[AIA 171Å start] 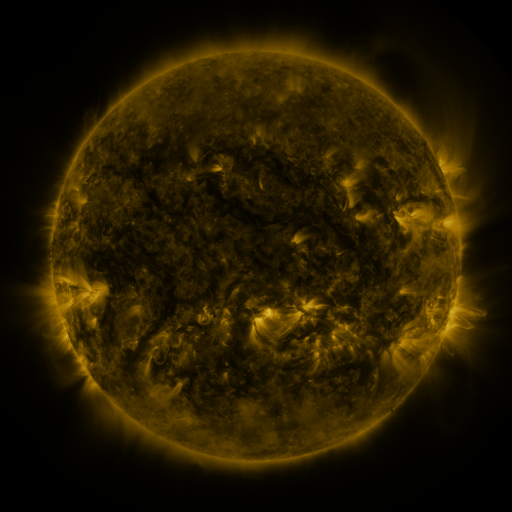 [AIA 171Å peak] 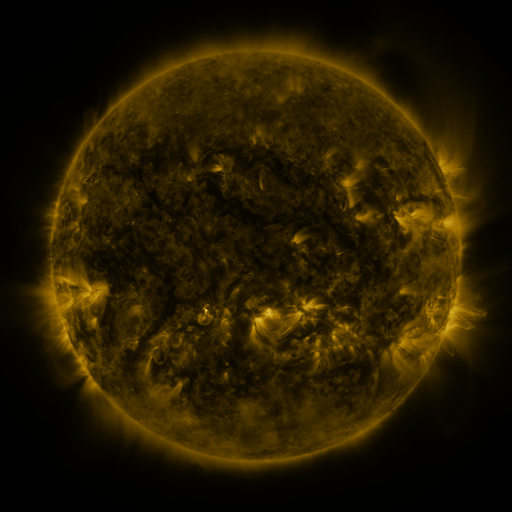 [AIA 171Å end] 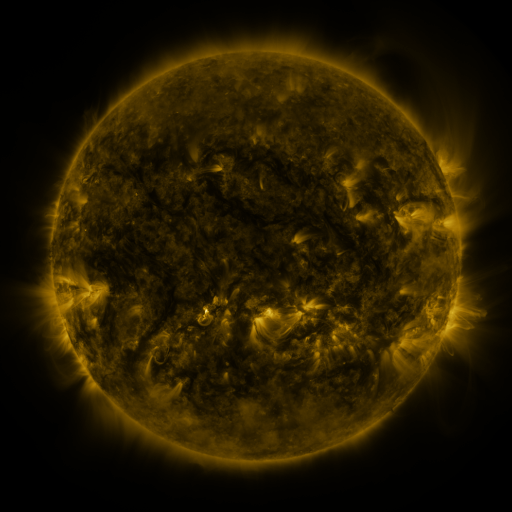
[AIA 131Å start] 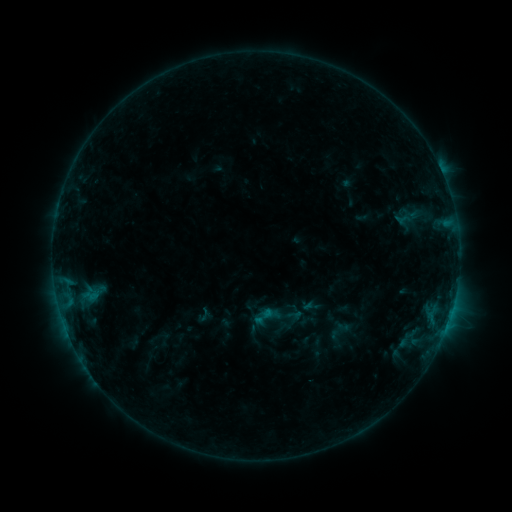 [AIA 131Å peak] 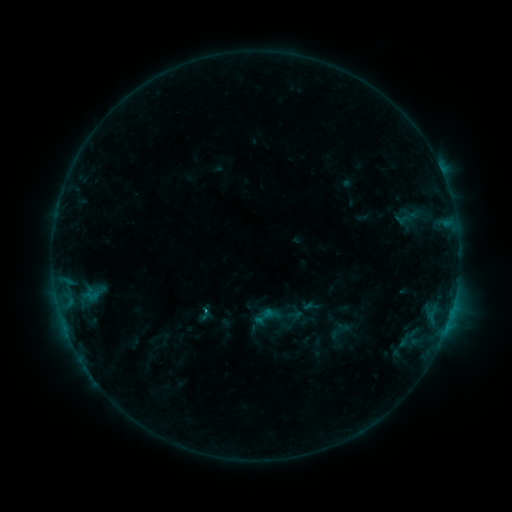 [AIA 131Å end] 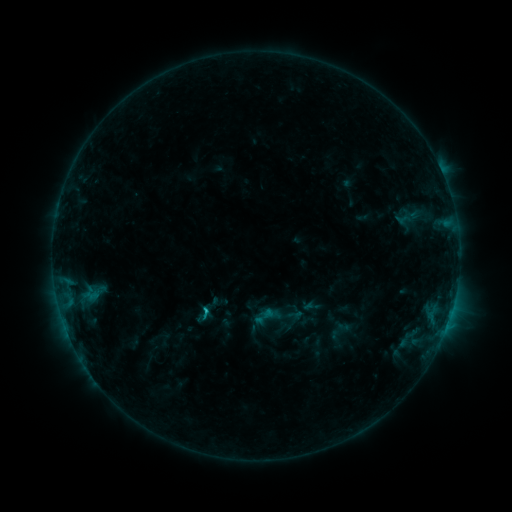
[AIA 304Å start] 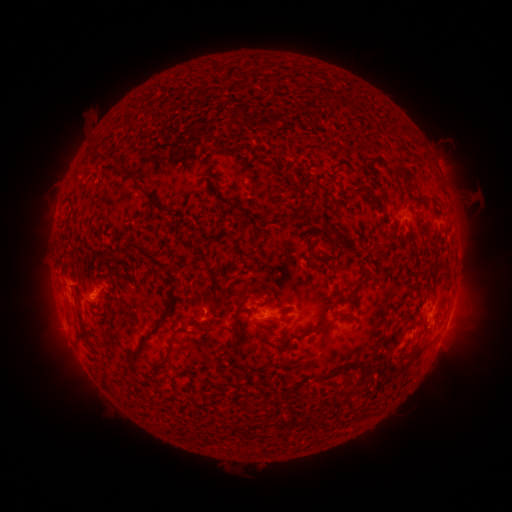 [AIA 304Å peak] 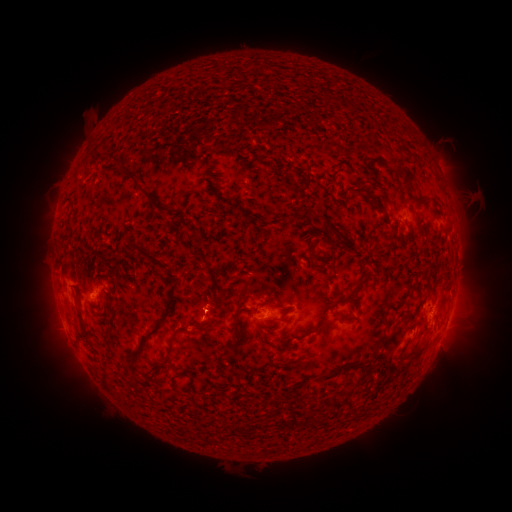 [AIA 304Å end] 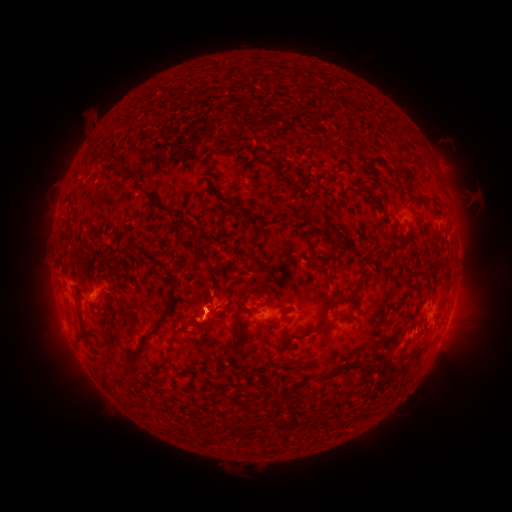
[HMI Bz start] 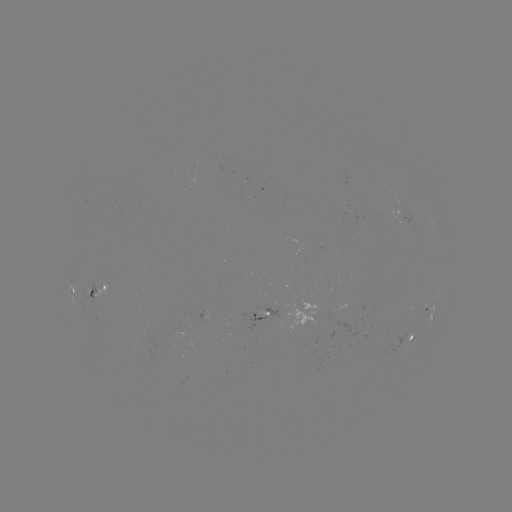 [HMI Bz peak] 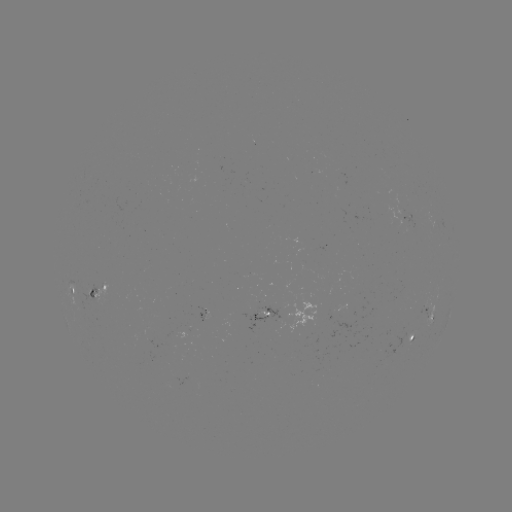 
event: flare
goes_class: B7.7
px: (208, 309)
